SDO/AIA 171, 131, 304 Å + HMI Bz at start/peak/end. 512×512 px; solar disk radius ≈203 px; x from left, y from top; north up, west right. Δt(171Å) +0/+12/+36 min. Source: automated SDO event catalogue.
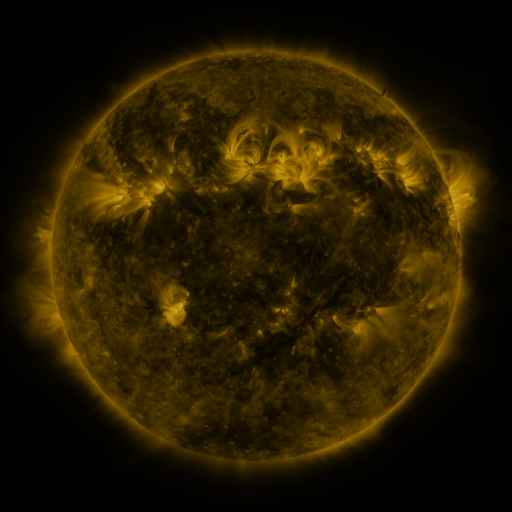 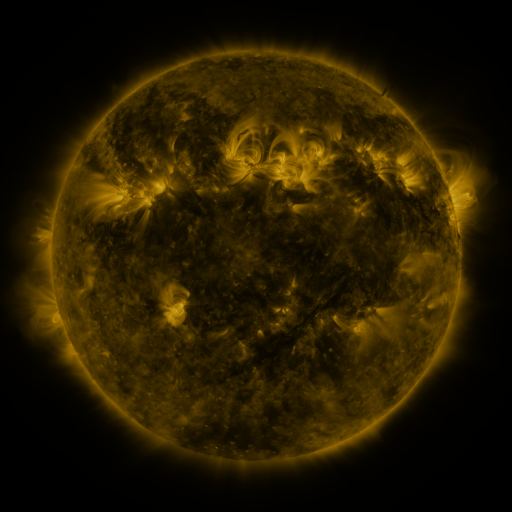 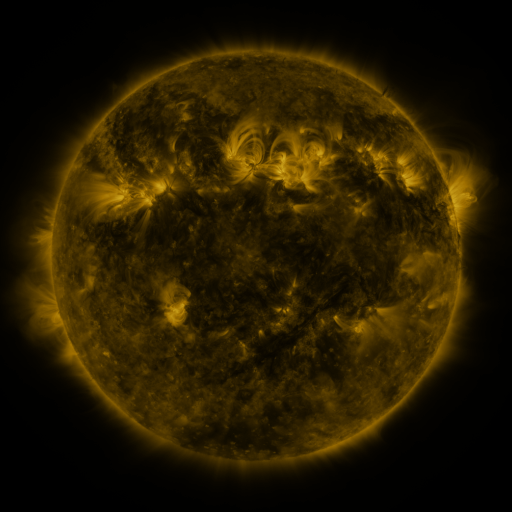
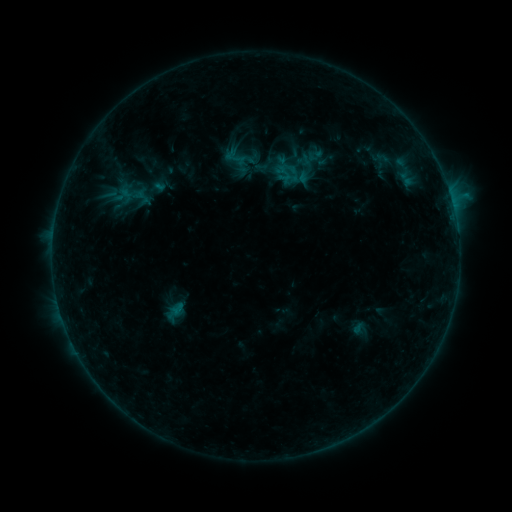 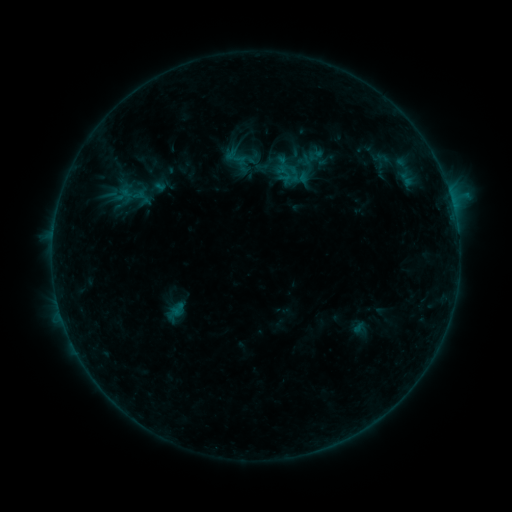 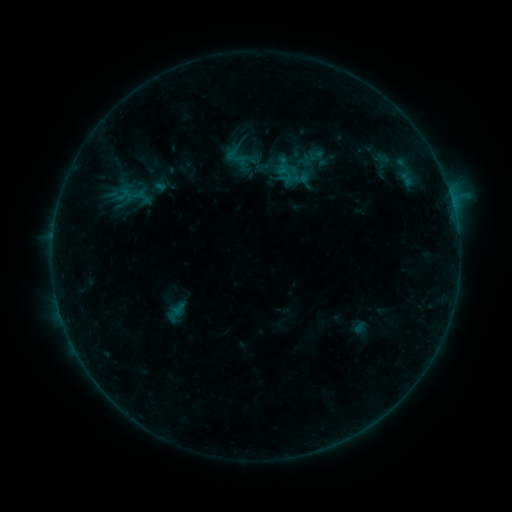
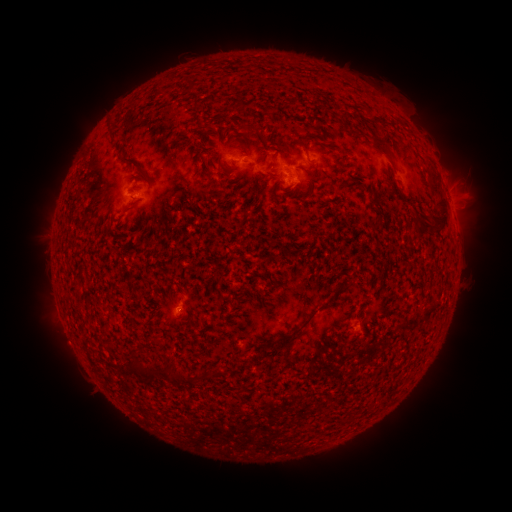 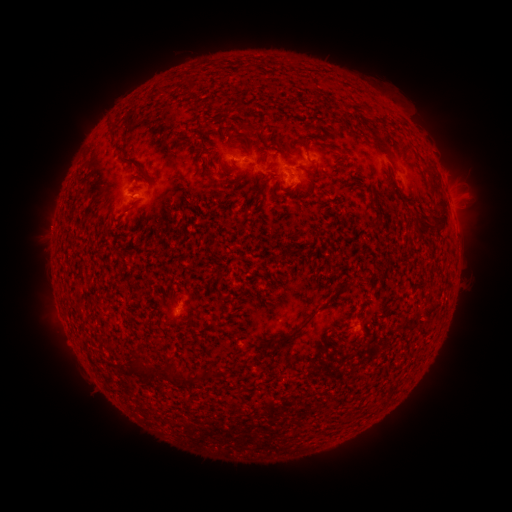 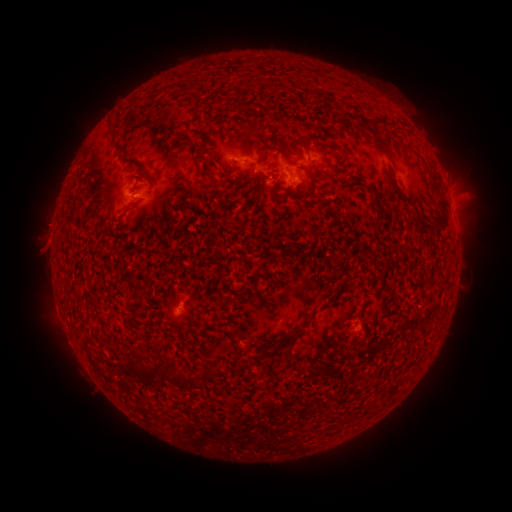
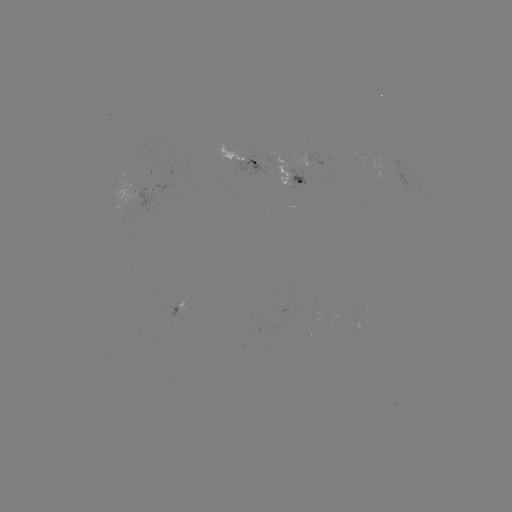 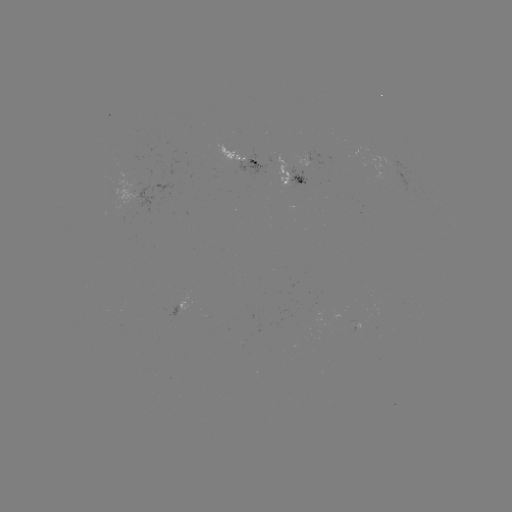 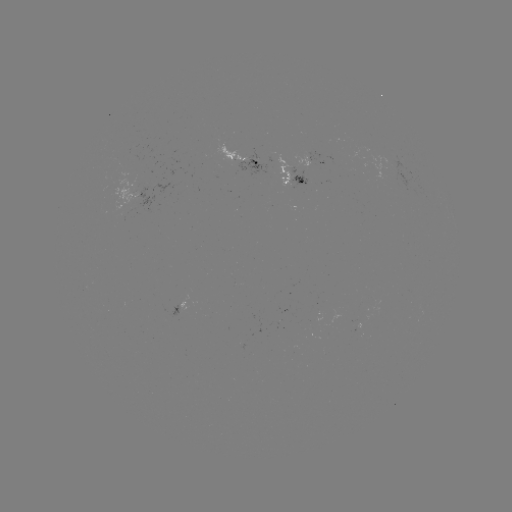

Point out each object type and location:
emerging-flux region: (139, 195)
